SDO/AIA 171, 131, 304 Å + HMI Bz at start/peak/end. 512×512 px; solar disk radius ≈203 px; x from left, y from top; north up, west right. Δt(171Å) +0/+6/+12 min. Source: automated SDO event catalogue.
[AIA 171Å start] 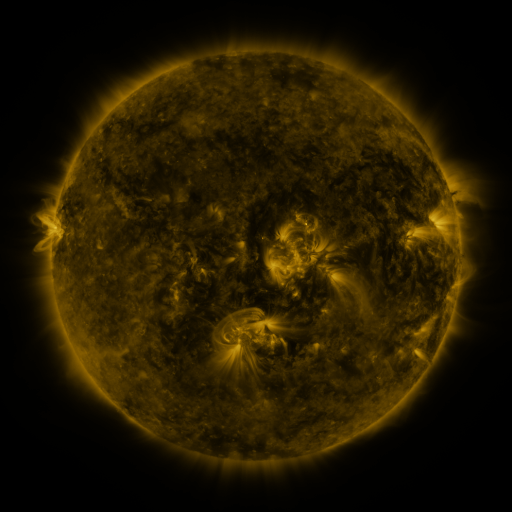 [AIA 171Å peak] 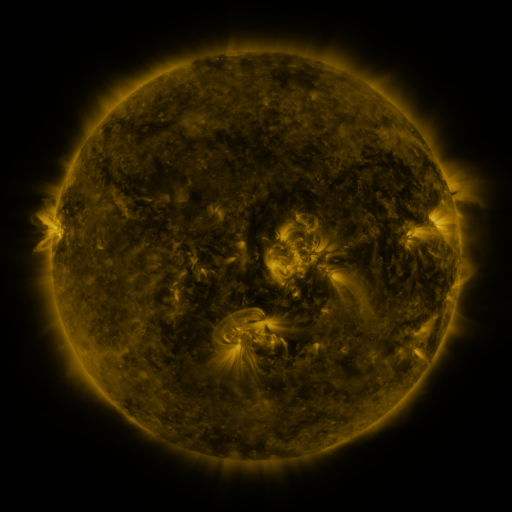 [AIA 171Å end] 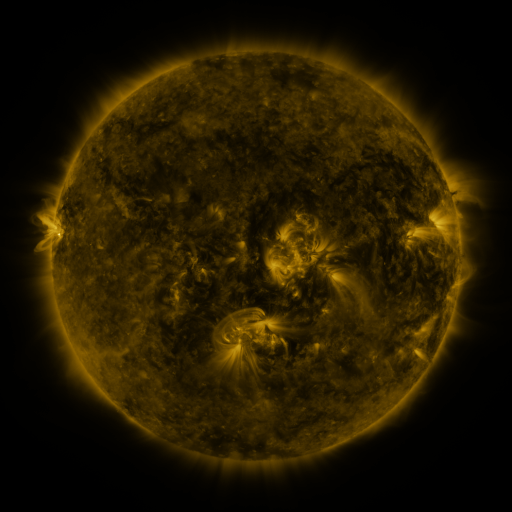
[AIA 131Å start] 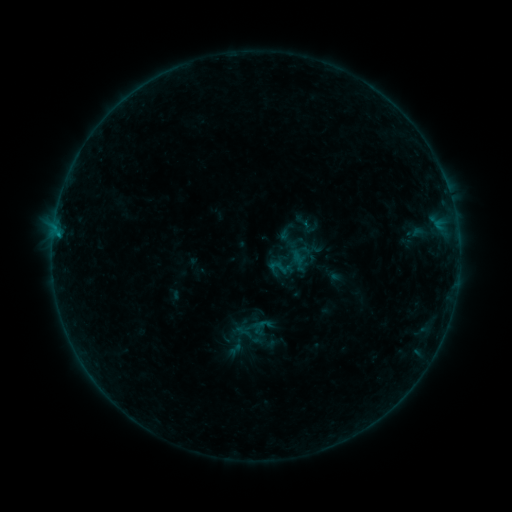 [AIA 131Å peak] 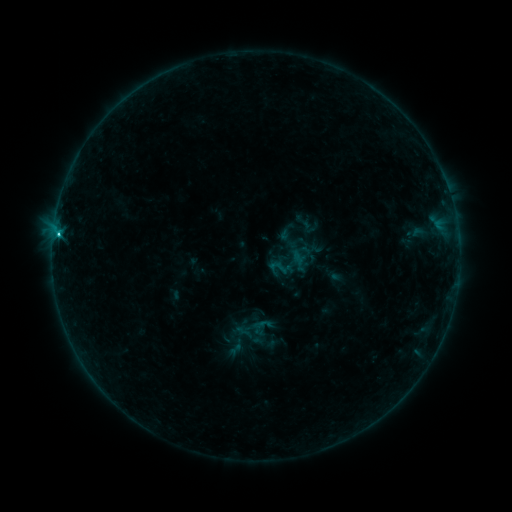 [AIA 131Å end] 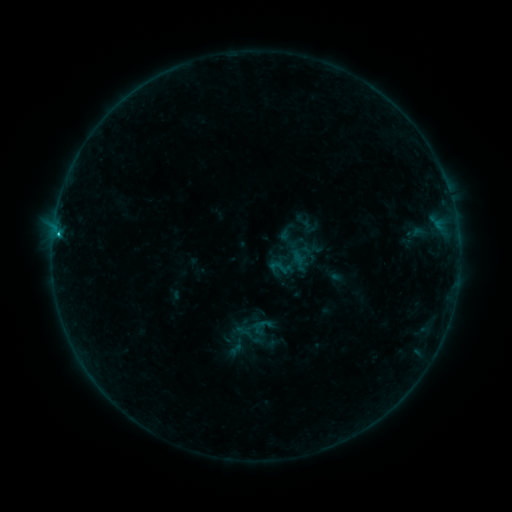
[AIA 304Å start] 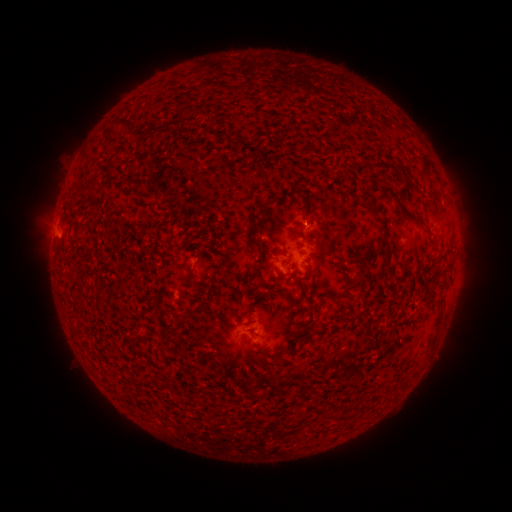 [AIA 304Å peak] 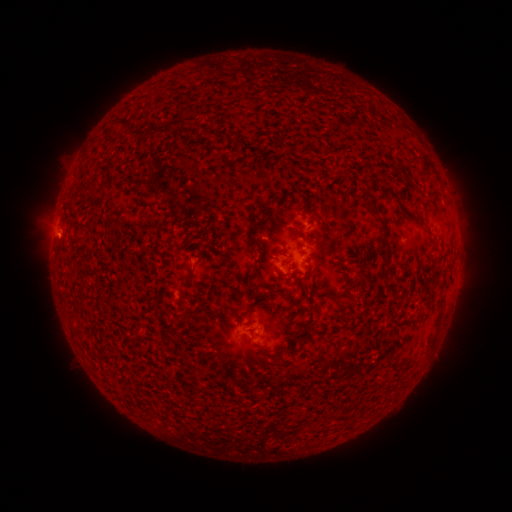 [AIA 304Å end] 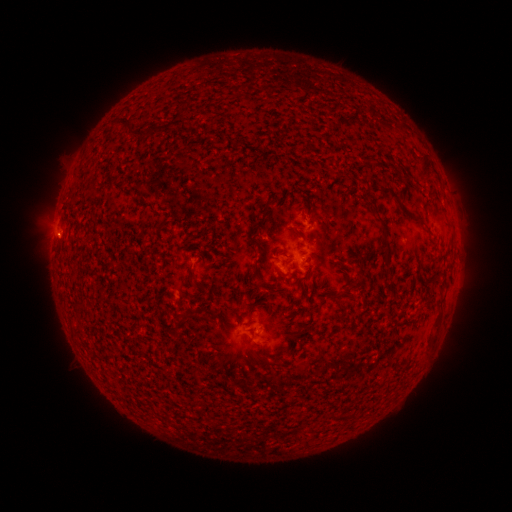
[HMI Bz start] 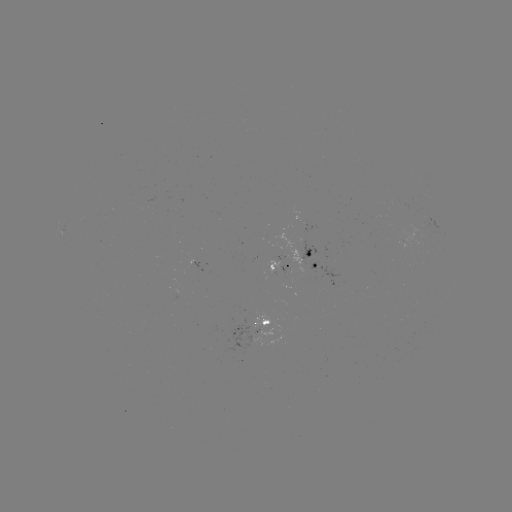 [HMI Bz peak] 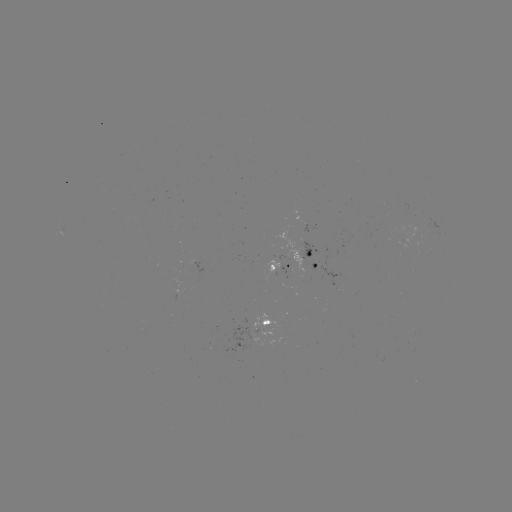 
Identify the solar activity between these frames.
C1.1 flare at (61, 237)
